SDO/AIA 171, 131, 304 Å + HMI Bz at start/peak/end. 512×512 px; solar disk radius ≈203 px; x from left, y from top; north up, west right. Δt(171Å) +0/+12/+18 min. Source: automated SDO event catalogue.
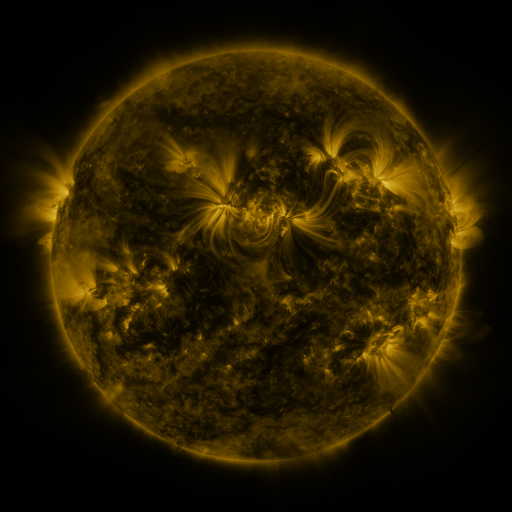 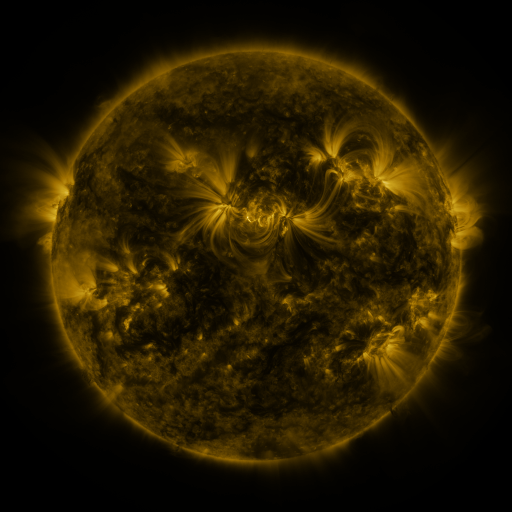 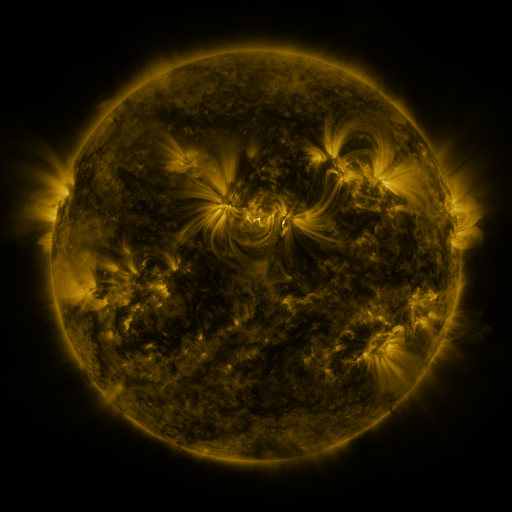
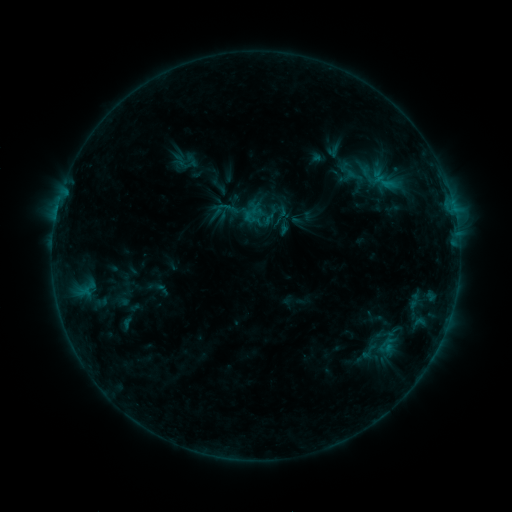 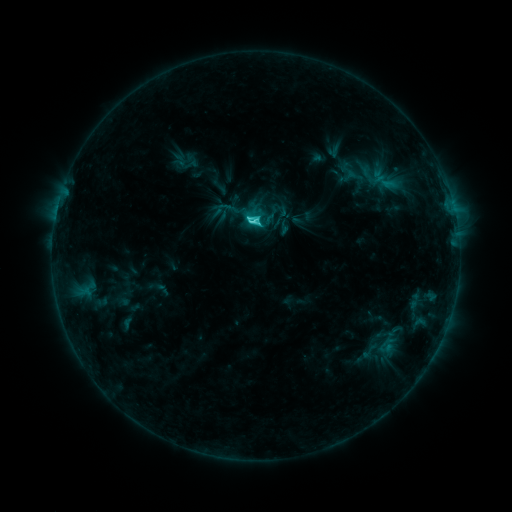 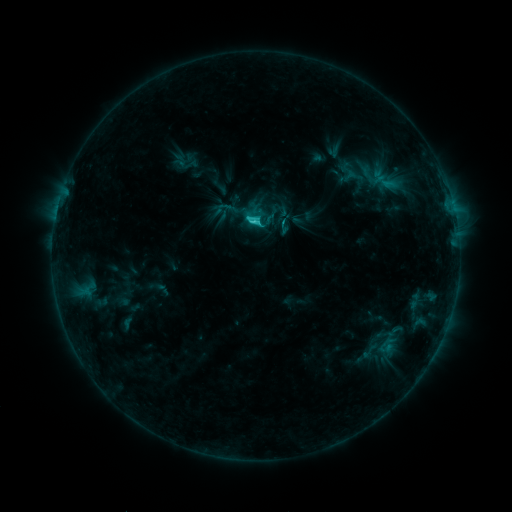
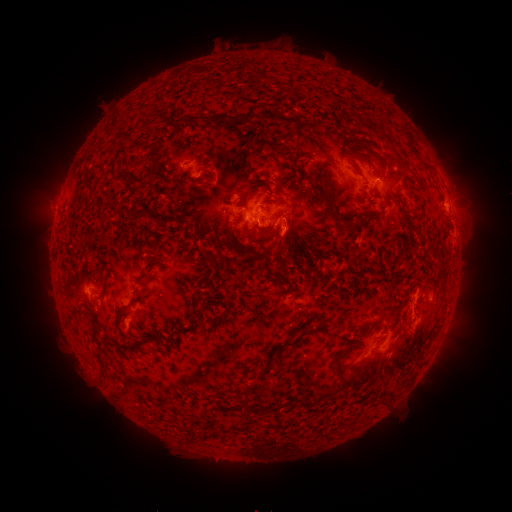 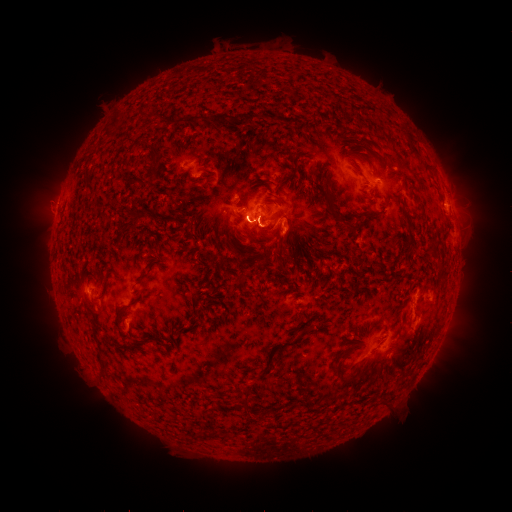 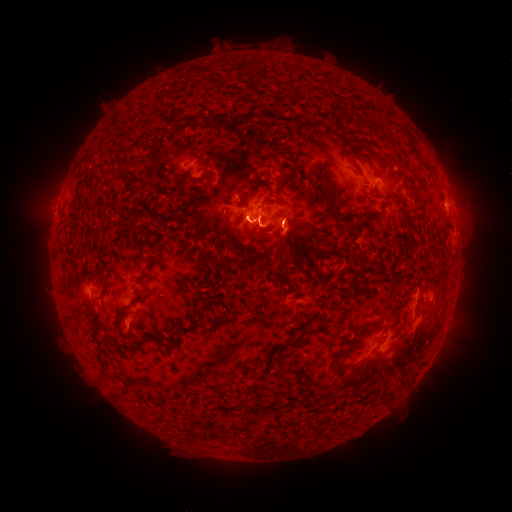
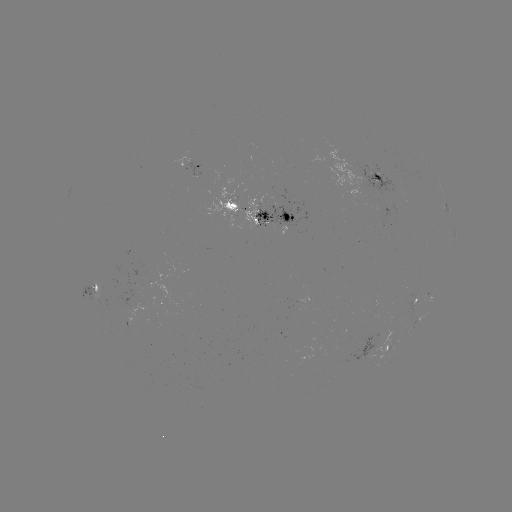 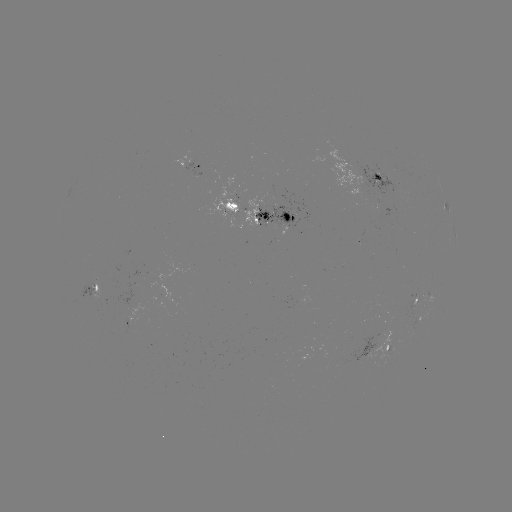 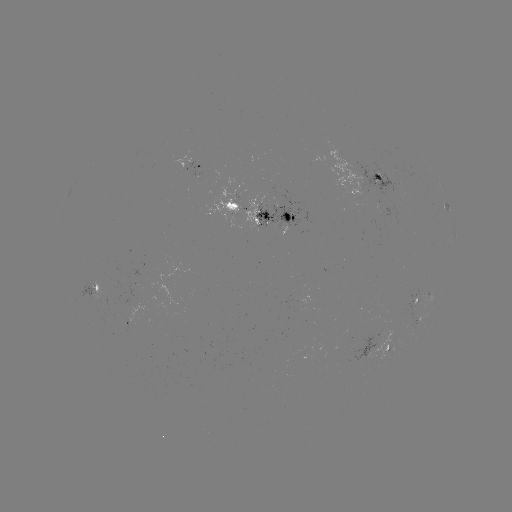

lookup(C3.4 flare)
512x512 [256, 222]